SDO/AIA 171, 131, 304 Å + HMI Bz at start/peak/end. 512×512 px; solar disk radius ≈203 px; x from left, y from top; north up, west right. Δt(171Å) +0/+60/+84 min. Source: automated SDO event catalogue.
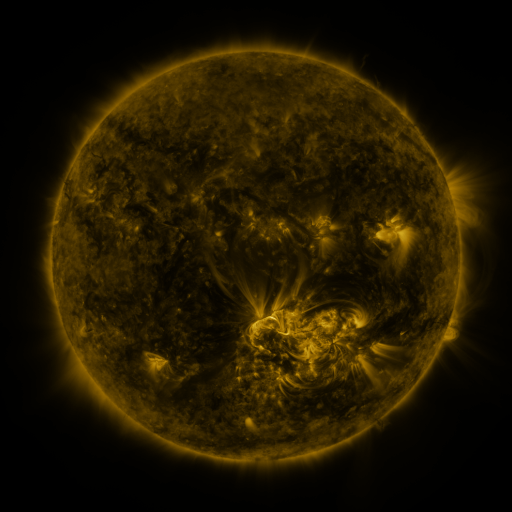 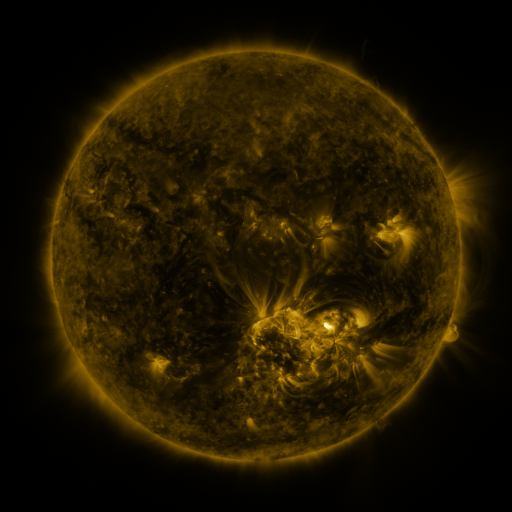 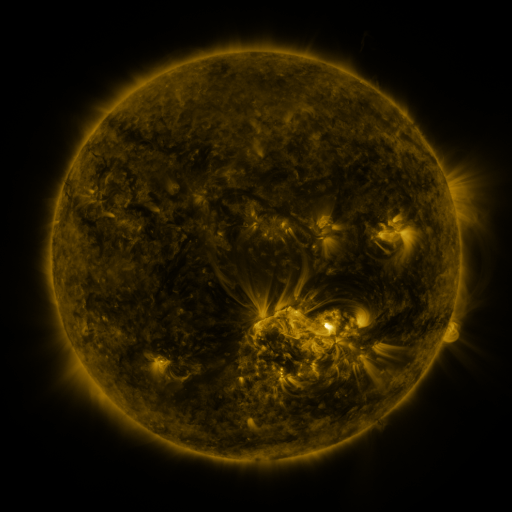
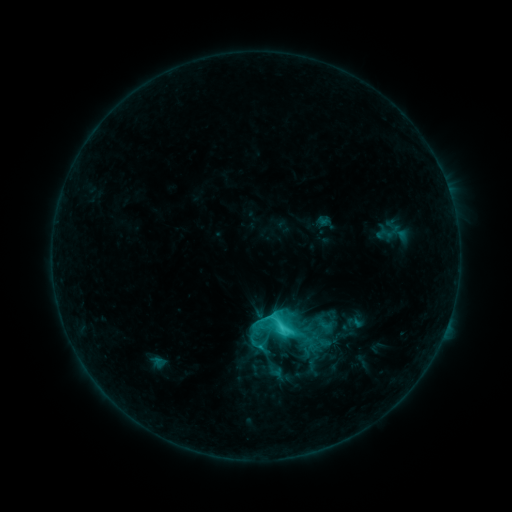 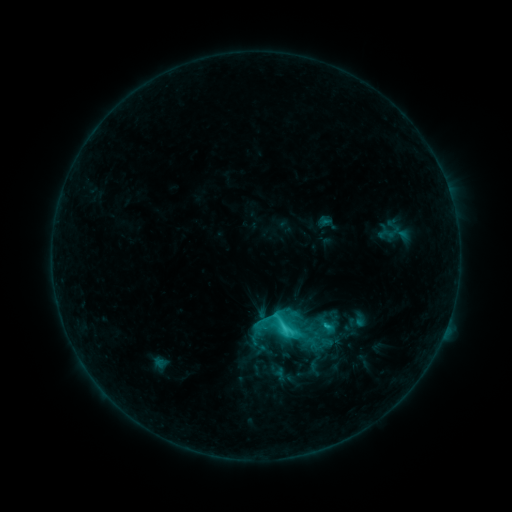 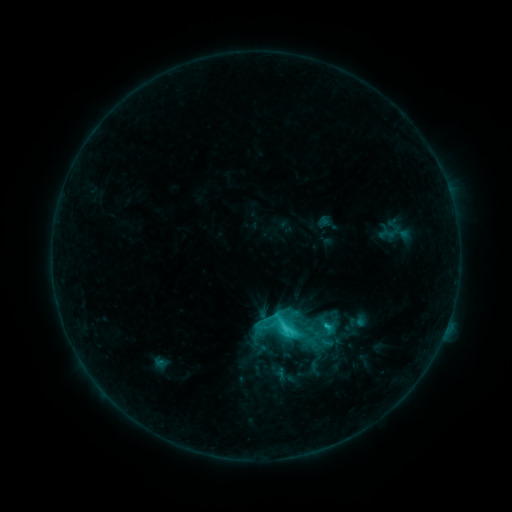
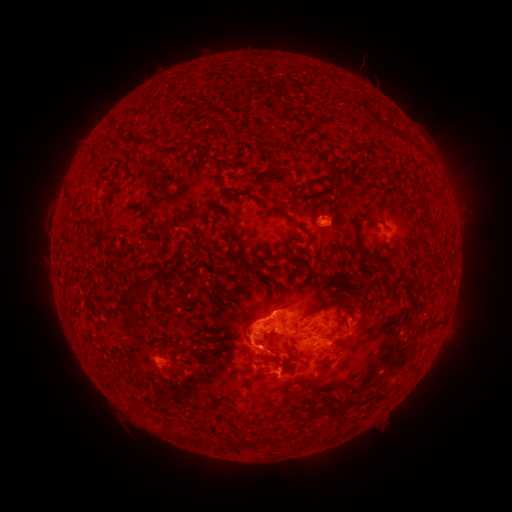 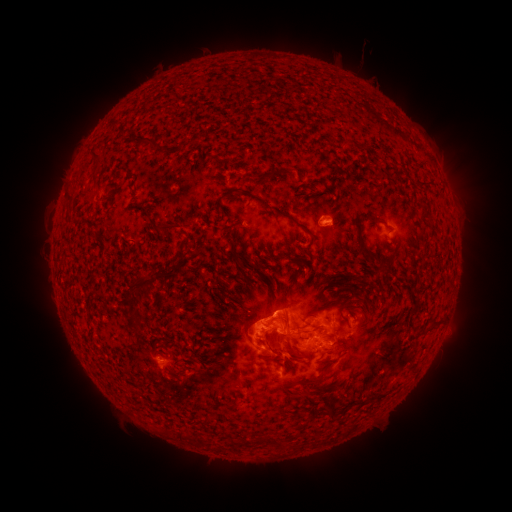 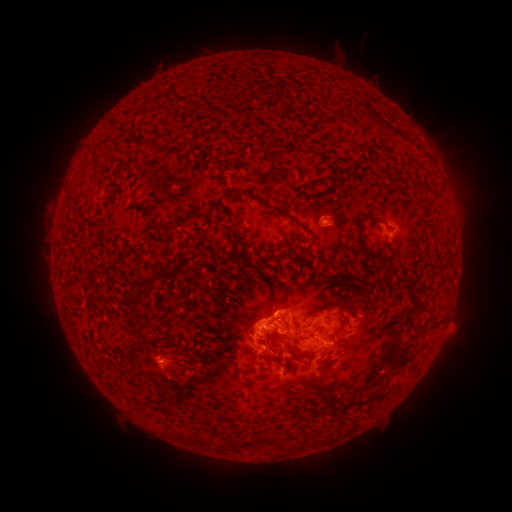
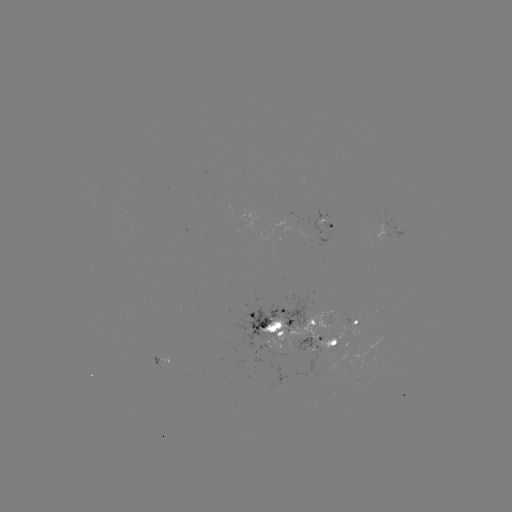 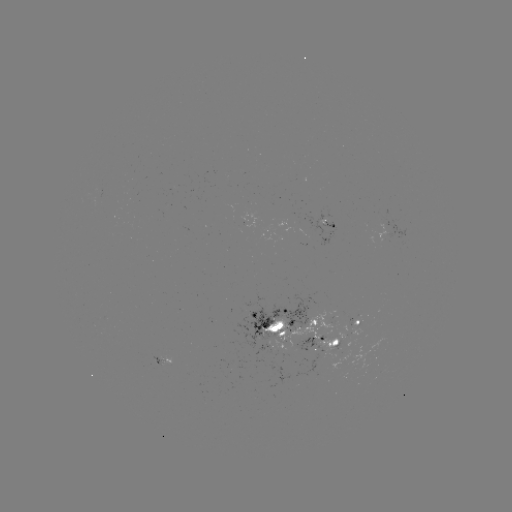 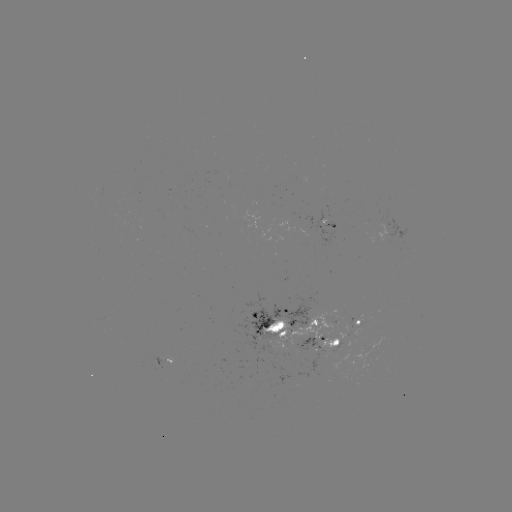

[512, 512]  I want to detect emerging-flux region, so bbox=[225, 292, 318, 354].